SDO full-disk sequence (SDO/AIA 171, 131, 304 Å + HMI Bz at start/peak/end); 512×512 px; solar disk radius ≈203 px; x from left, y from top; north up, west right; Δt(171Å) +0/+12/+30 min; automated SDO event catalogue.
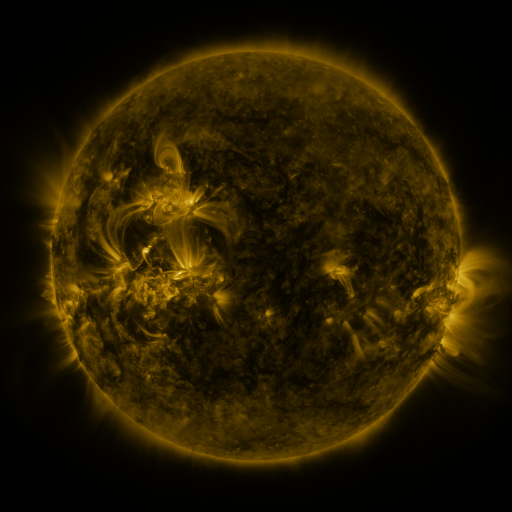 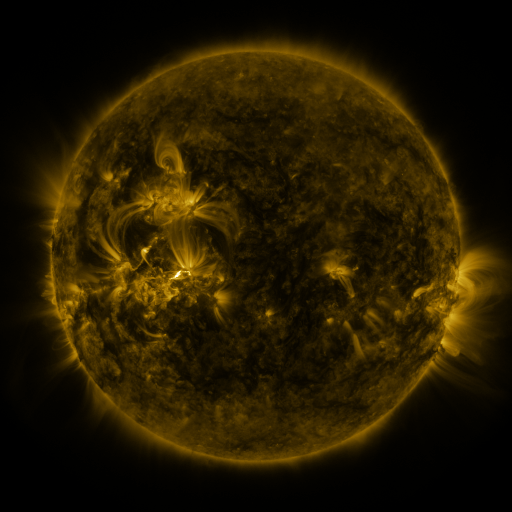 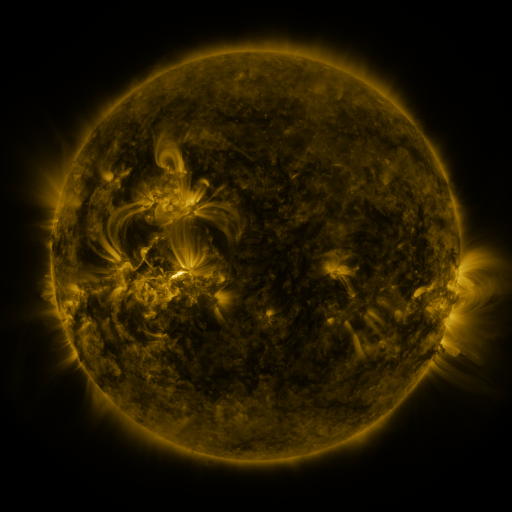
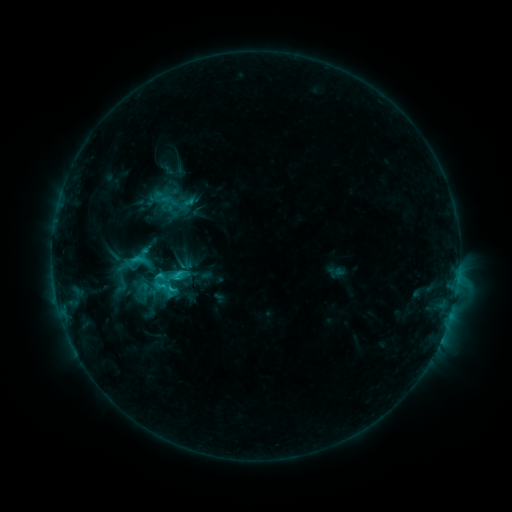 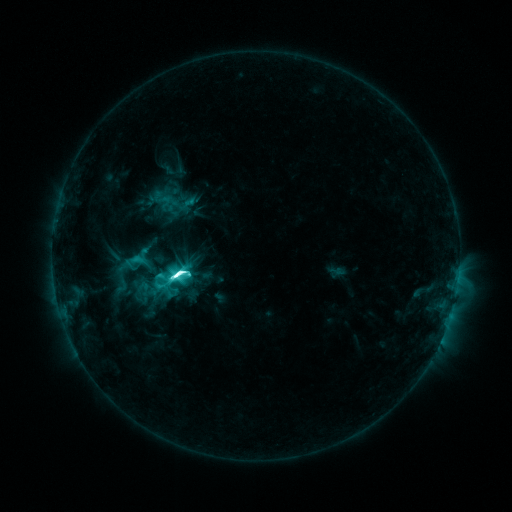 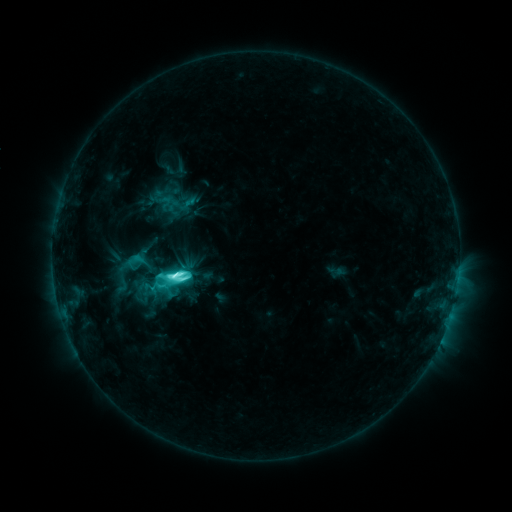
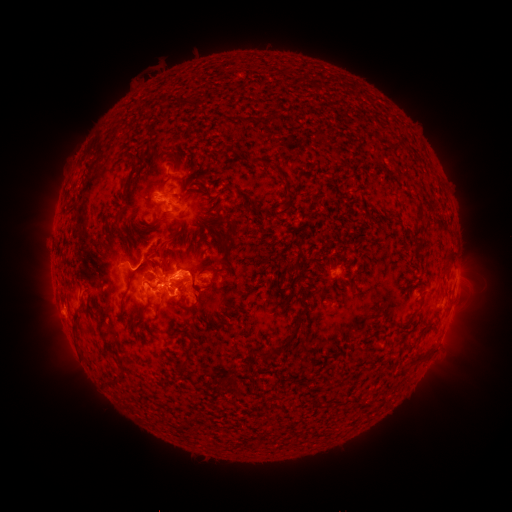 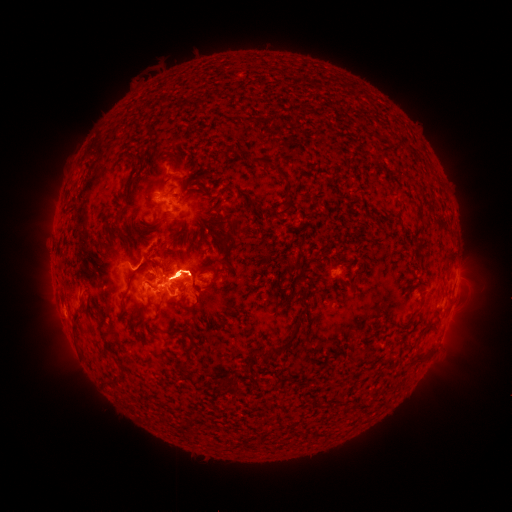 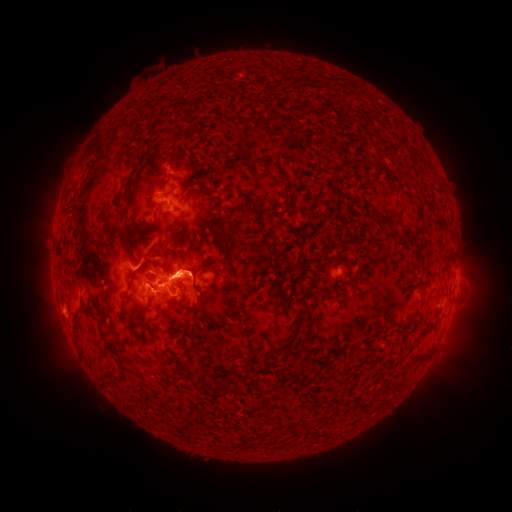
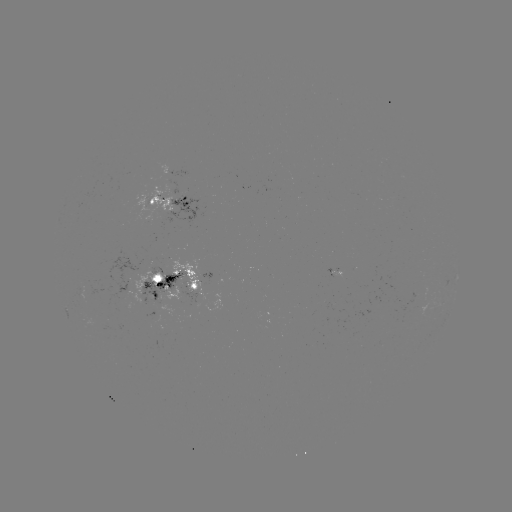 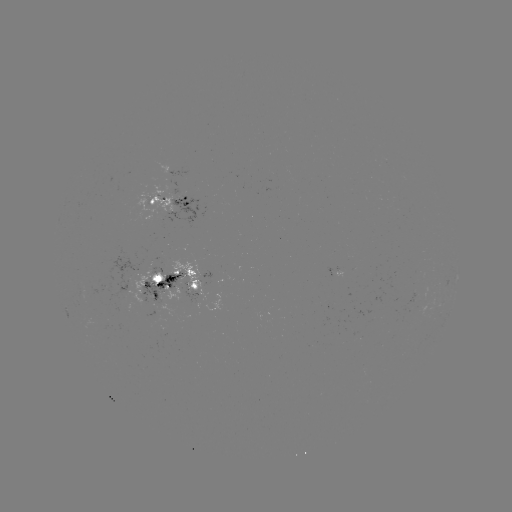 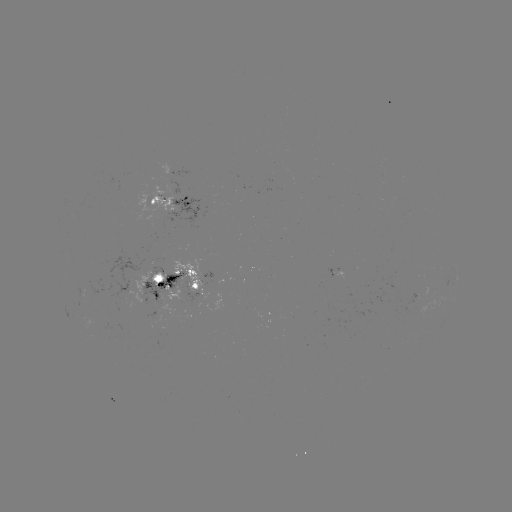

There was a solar flare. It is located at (180, 271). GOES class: M3.0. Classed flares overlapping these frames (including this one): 1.